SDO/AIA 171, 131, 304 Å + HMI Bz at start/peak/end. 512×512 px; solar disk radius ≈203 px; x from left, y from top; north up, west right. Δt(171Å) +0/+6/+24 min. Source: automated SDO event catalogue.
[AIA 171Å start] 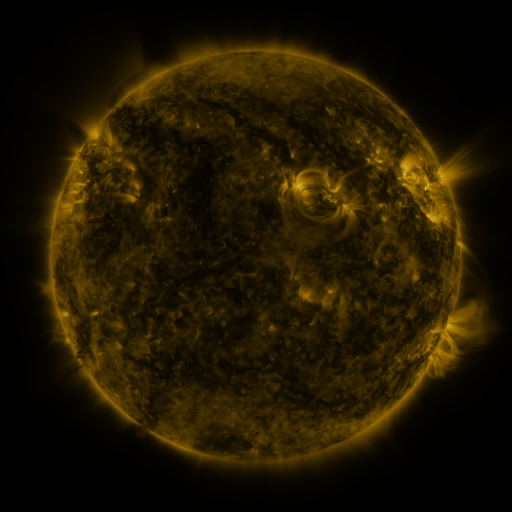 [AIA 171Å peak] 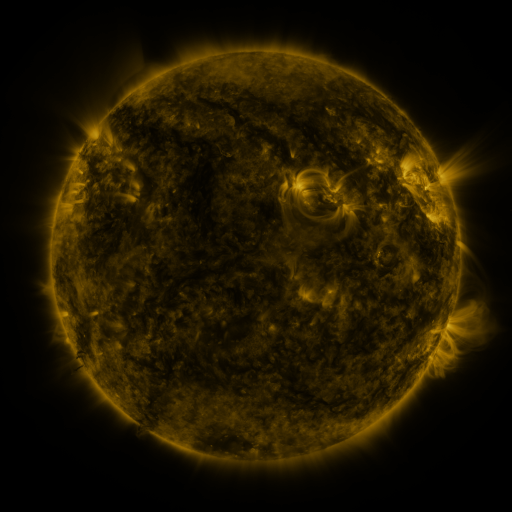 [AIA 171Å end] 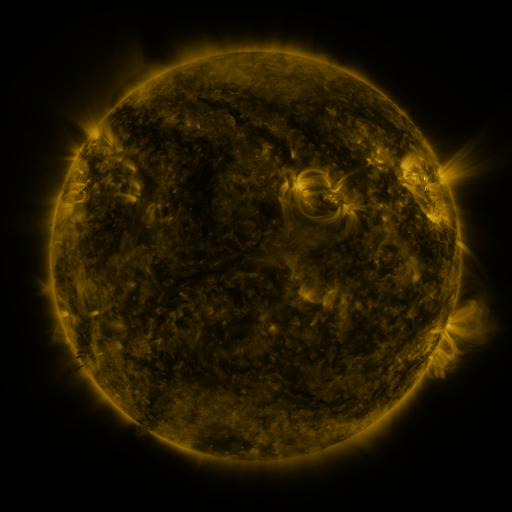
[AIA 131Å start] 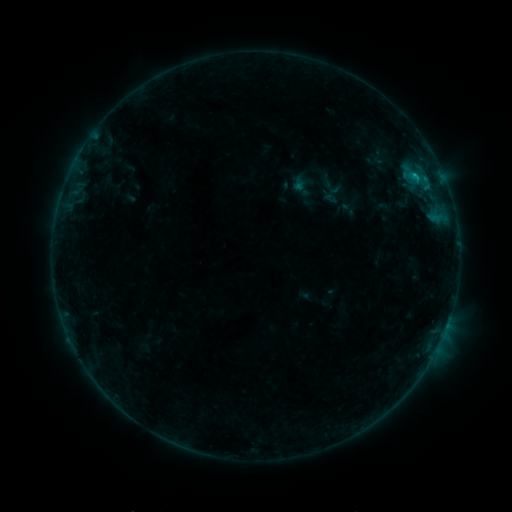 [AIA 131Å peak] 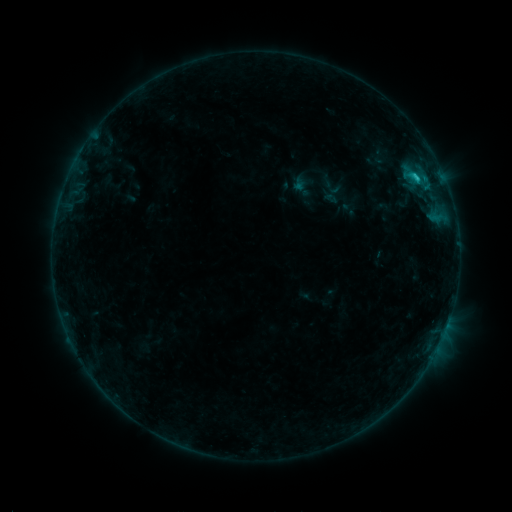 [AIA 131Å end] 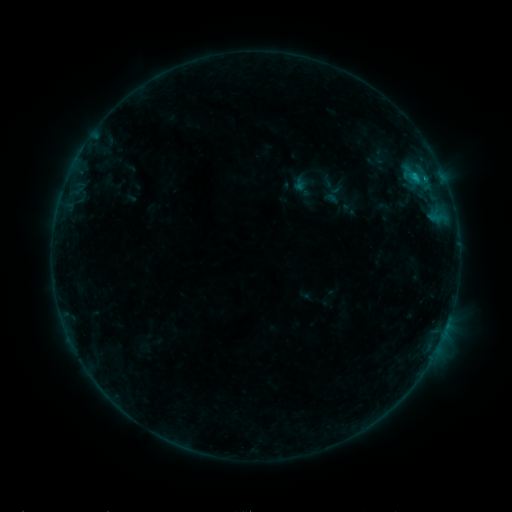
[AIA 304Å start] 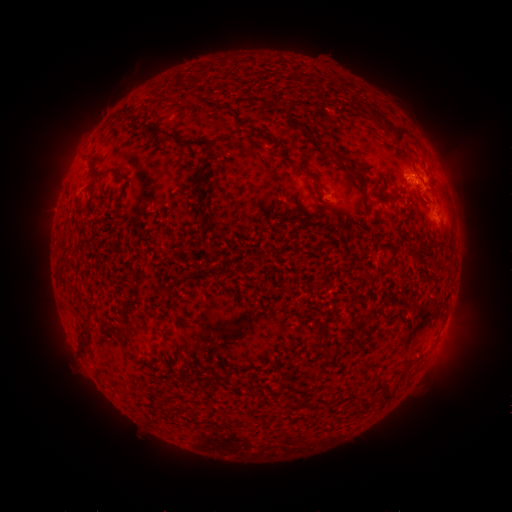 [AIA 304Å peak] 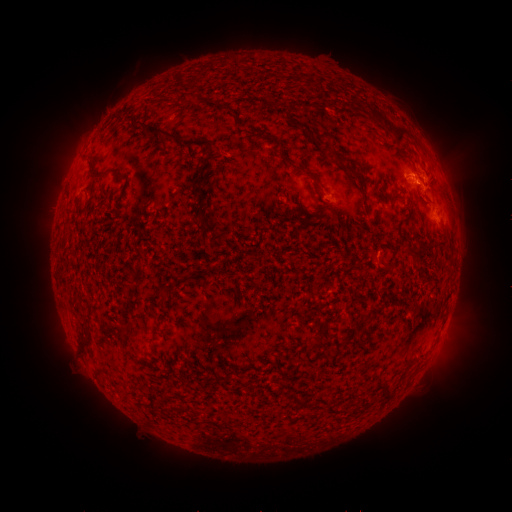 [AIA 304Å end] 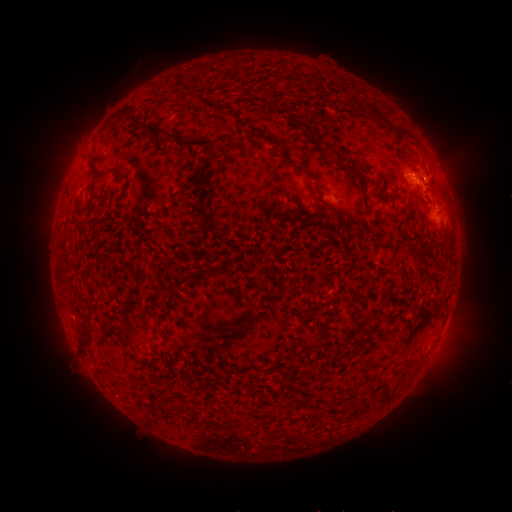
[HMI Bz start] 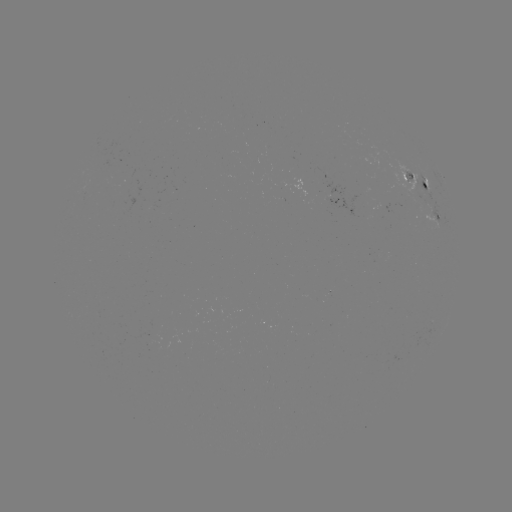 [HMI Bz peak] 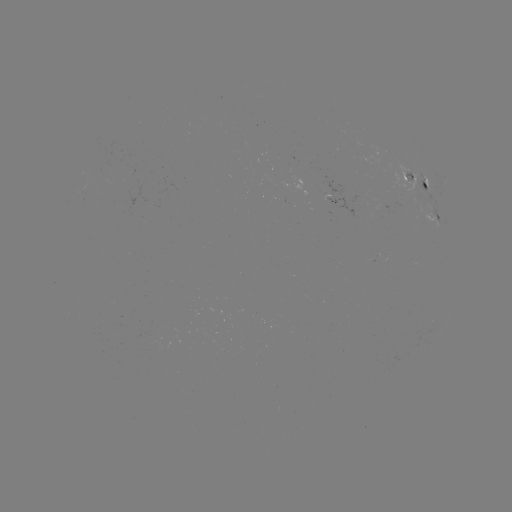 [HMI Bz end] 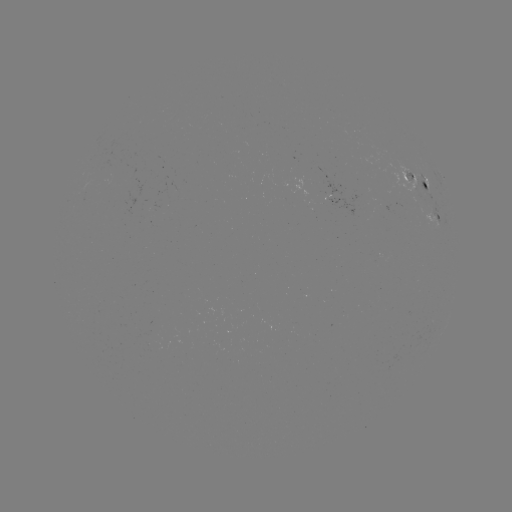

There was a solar flare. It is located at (415, 178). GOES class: B9.3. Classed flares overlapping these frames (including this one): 1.